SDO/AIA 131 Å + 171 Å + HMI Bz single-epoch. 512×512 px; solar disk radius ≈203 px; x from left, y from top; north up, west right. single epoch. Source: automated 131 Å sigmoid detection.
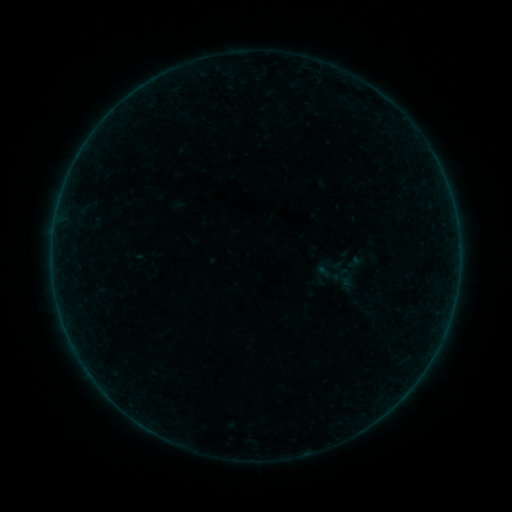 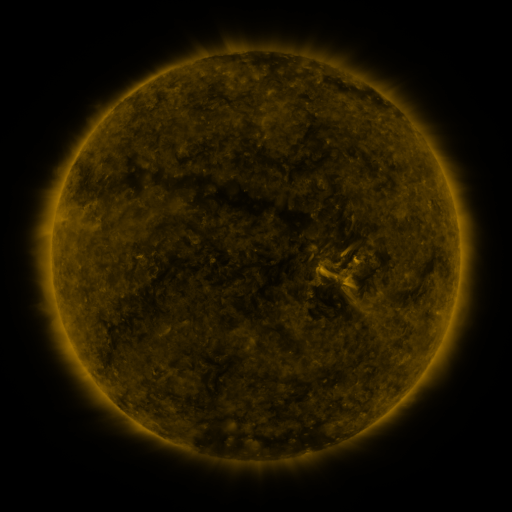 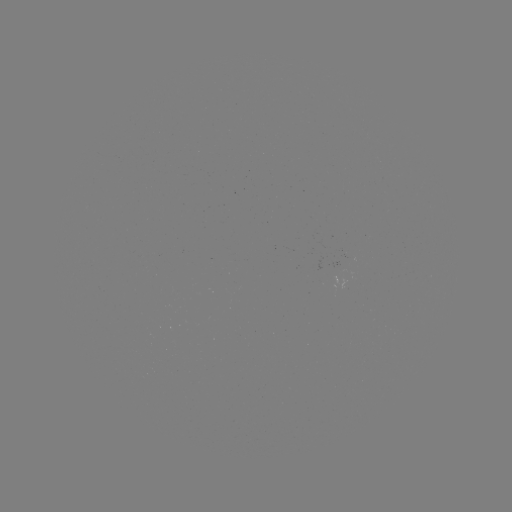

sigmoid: (313, 251, 358, 301)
